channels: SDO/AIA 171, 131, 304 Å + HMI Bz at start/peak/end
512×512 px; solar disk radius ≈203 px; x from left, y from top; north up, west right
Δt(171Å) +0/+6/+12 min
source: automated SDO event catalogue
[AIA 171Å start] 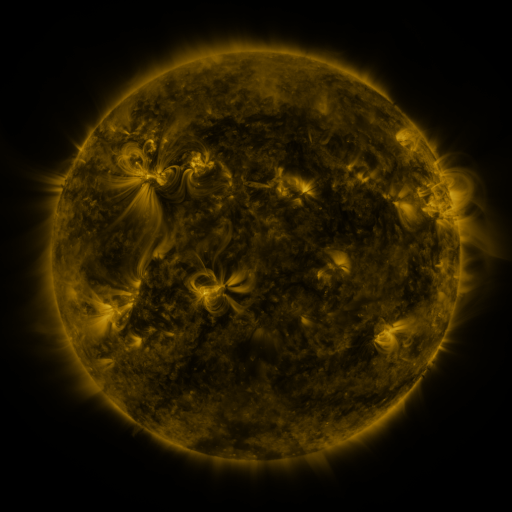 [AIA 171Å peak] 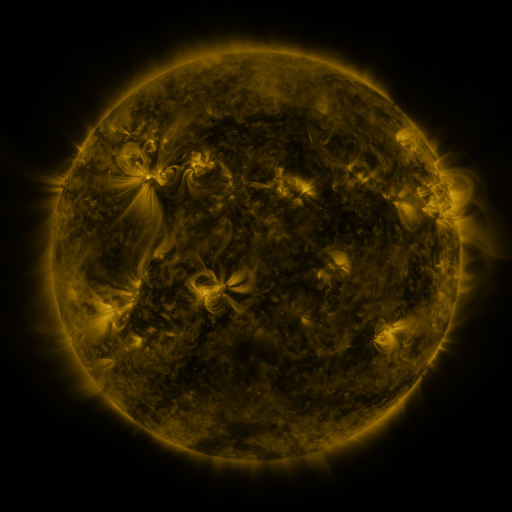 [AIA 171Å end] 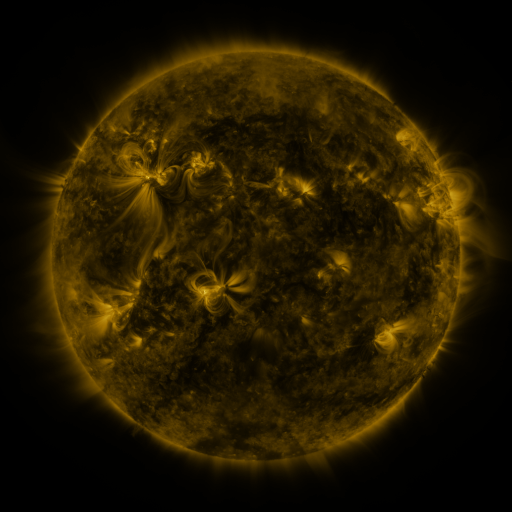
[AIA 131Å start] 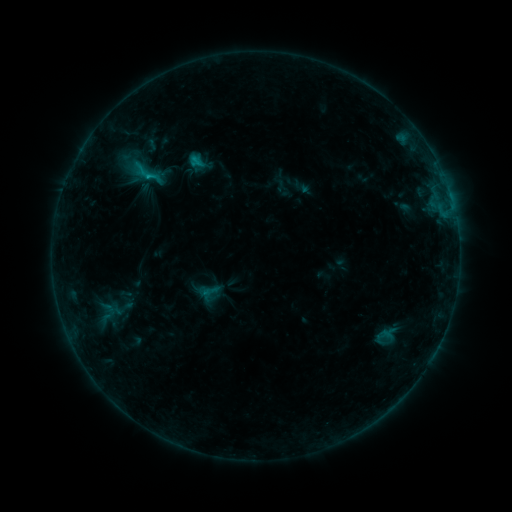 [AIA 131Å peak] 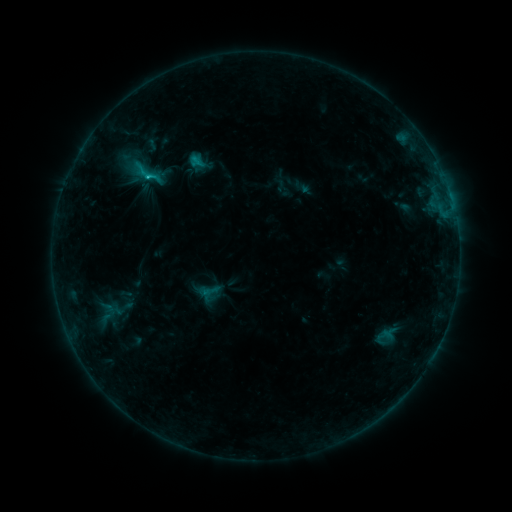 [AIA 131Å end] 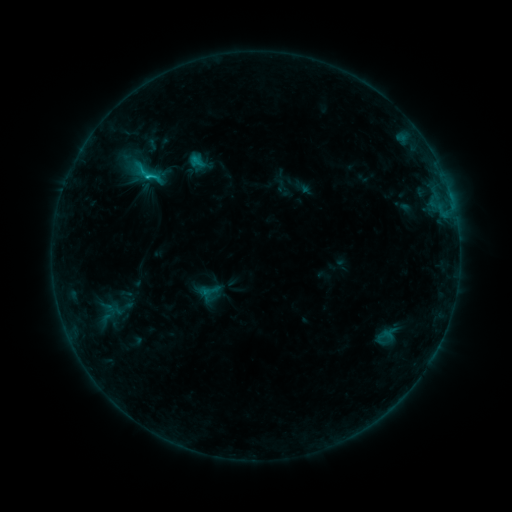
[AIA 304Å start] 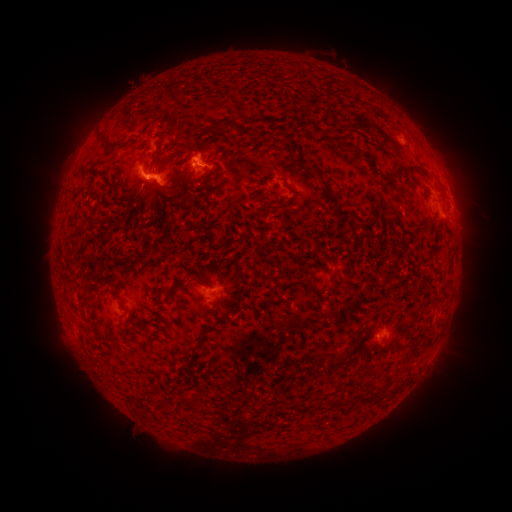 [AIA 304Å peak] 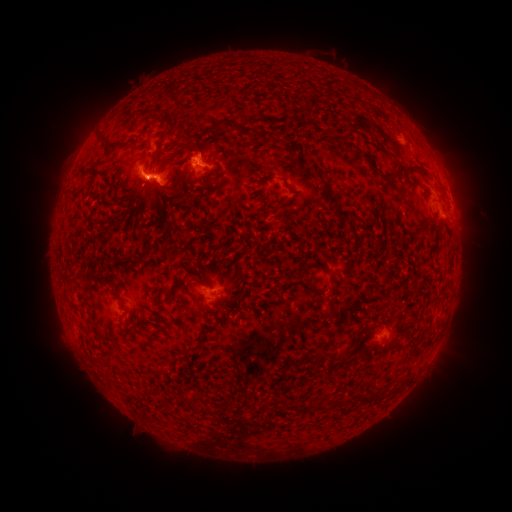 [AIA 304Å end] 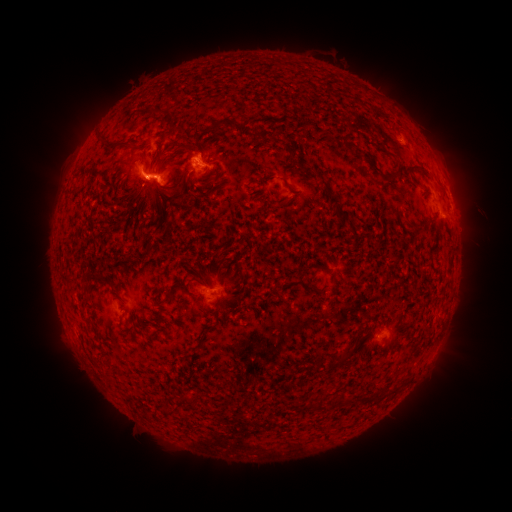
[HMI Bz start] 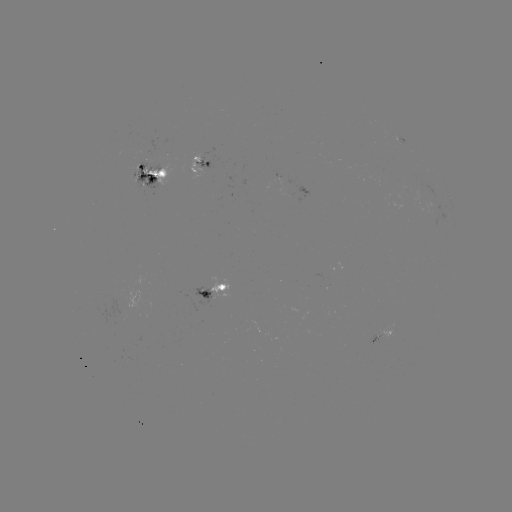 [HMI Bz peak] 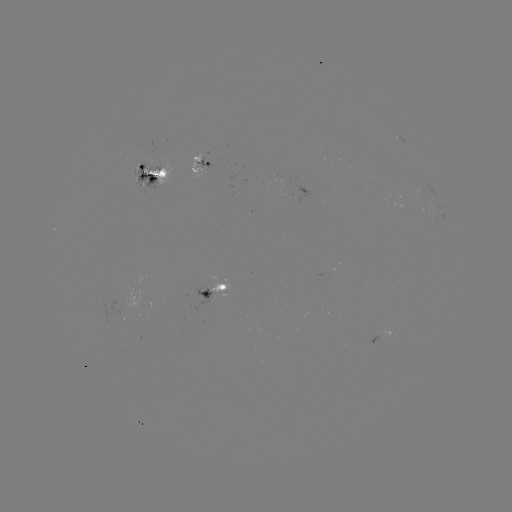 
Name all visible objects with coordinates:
C1.5 flare: (149, 179)
